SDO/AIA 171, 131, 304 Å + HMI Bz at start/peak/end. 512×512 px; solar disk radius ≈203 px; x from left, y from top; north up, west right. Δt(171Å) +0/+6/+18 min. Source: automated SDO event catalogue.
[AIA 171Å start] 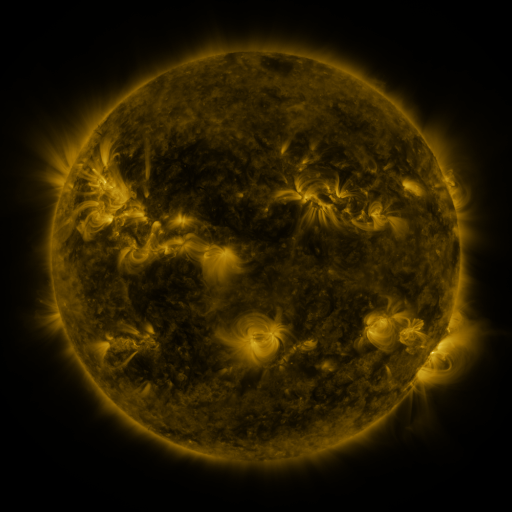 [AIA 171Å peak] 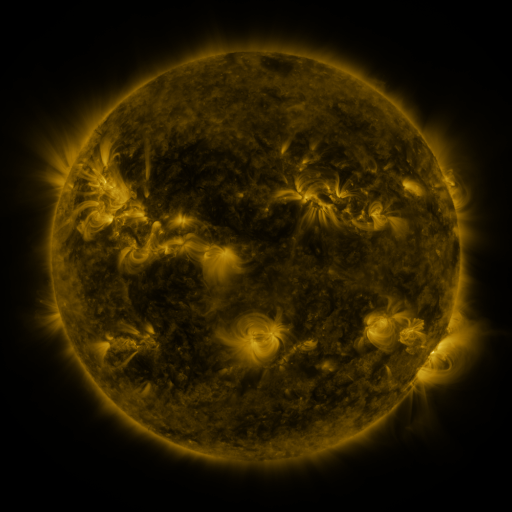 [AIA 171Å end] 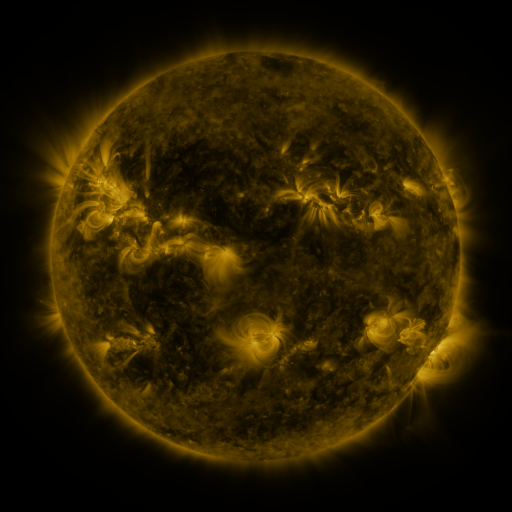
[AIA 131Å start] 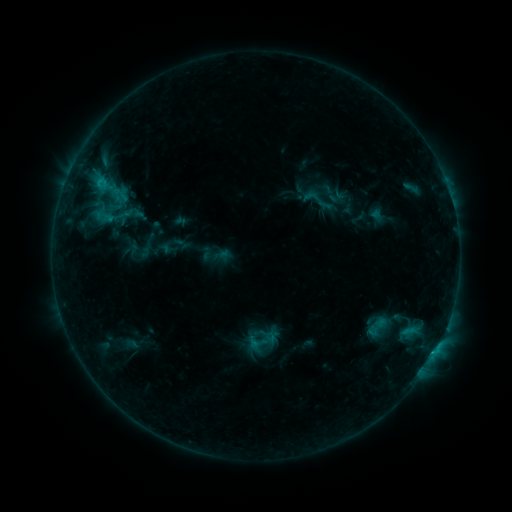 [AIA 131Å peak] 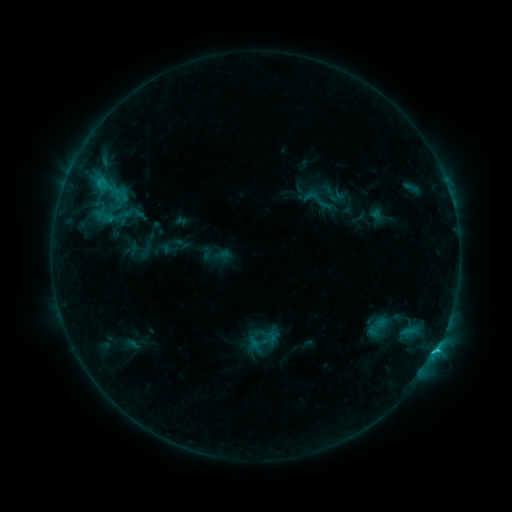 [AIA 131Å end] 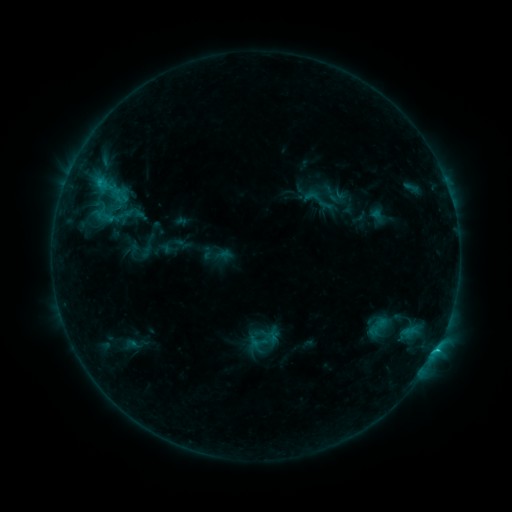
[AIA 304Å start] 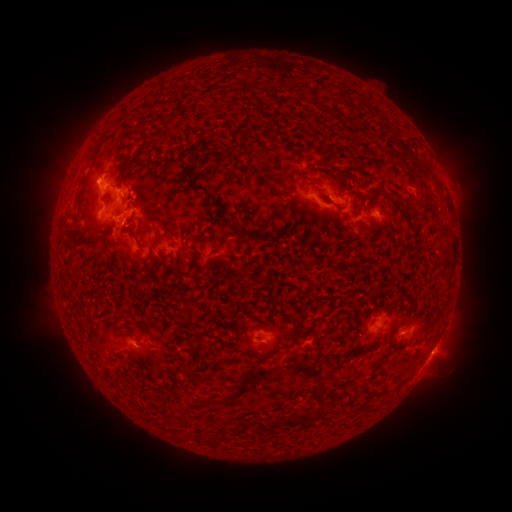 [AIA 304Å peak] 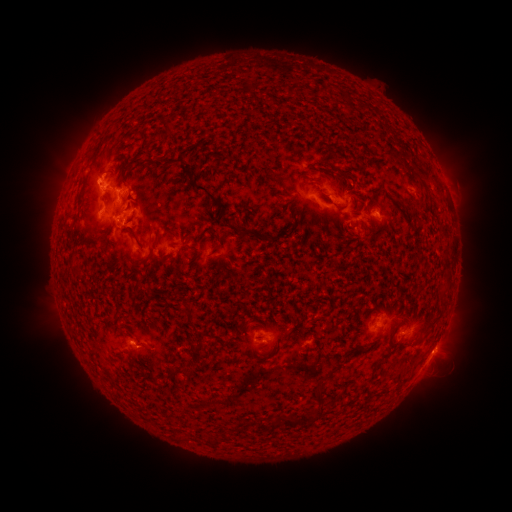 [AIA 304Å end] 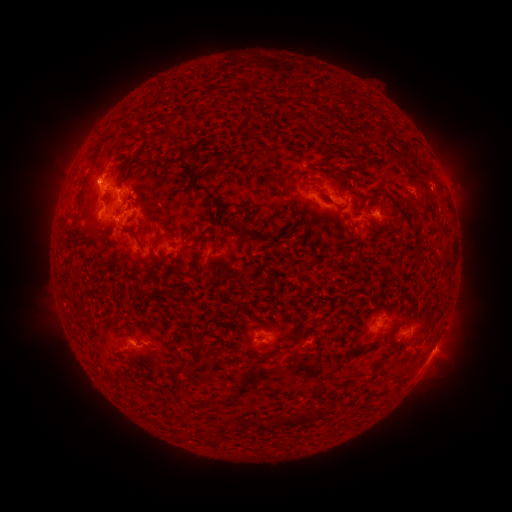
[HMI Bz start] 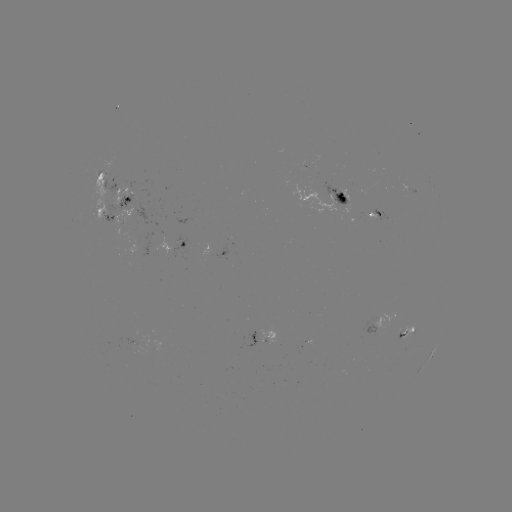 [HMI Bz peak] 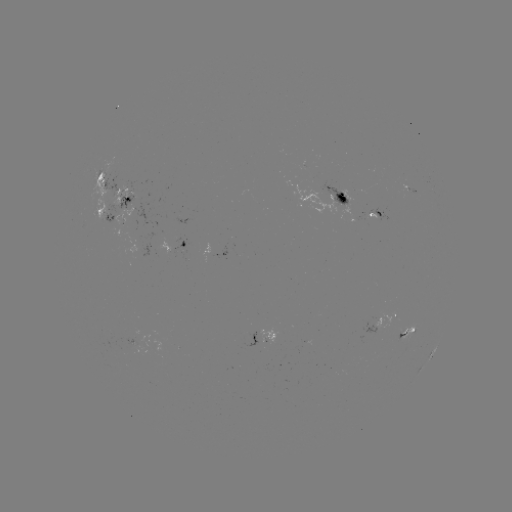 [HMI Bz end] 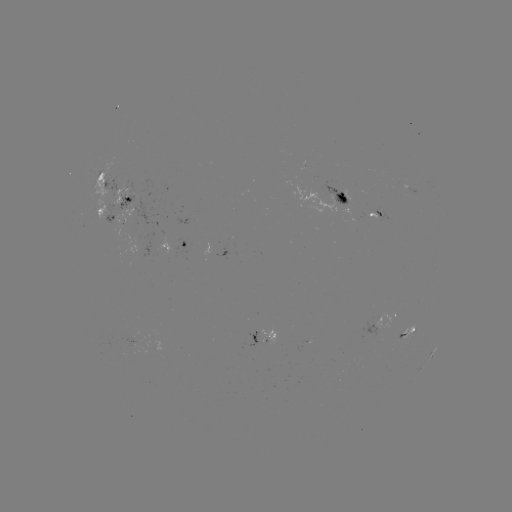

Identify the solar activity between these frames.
C1.5 flare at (435, 348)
